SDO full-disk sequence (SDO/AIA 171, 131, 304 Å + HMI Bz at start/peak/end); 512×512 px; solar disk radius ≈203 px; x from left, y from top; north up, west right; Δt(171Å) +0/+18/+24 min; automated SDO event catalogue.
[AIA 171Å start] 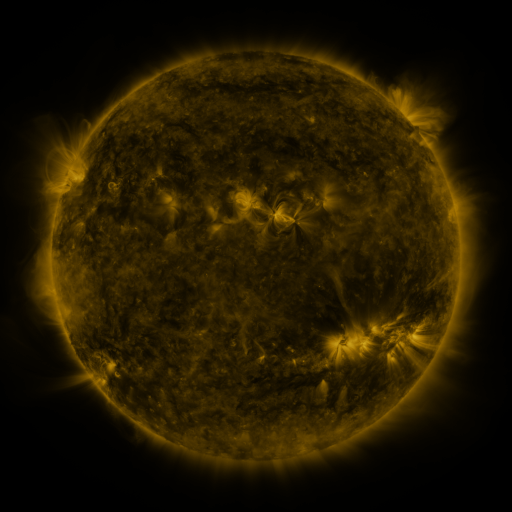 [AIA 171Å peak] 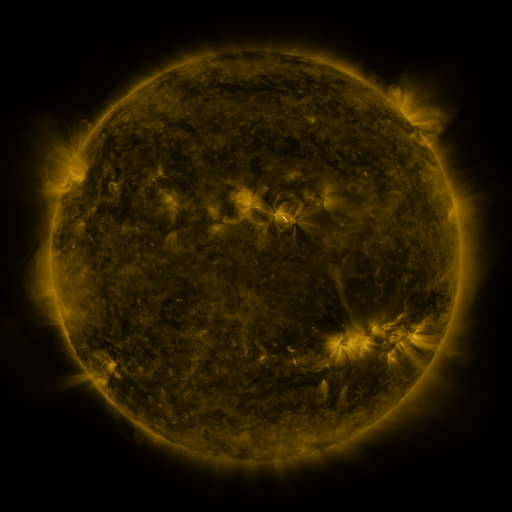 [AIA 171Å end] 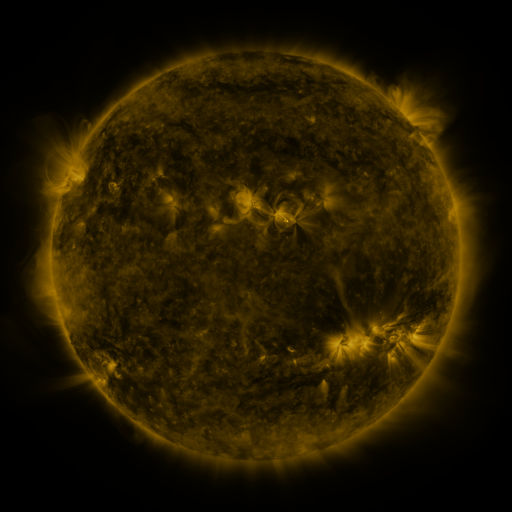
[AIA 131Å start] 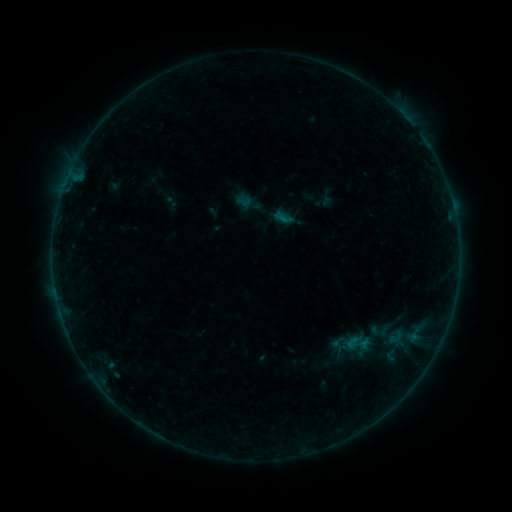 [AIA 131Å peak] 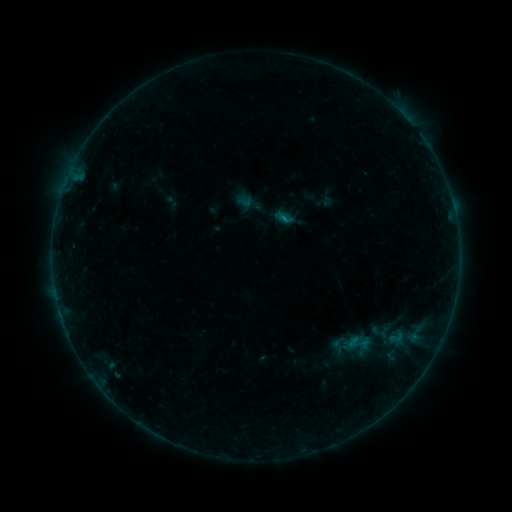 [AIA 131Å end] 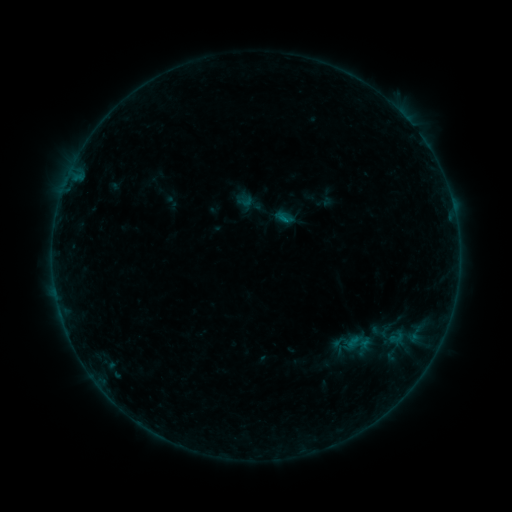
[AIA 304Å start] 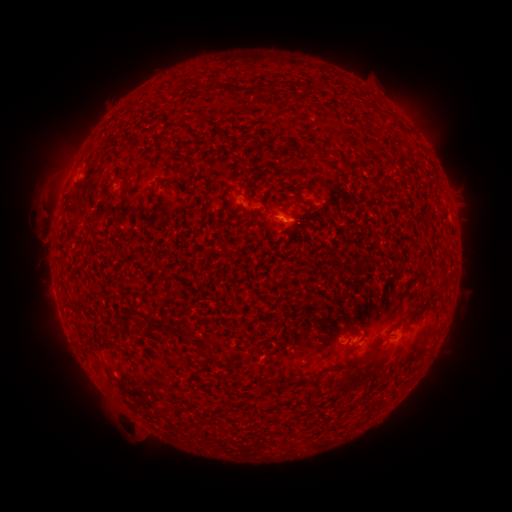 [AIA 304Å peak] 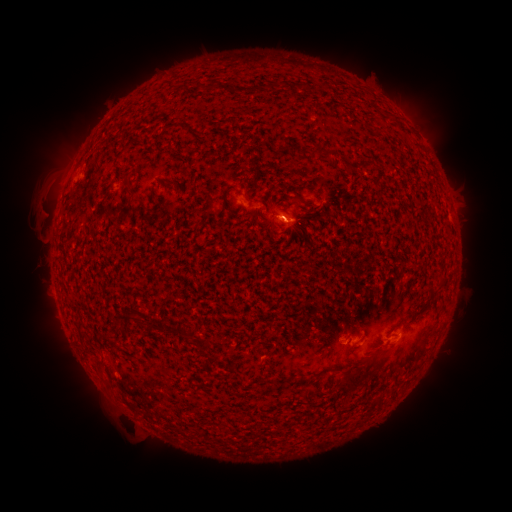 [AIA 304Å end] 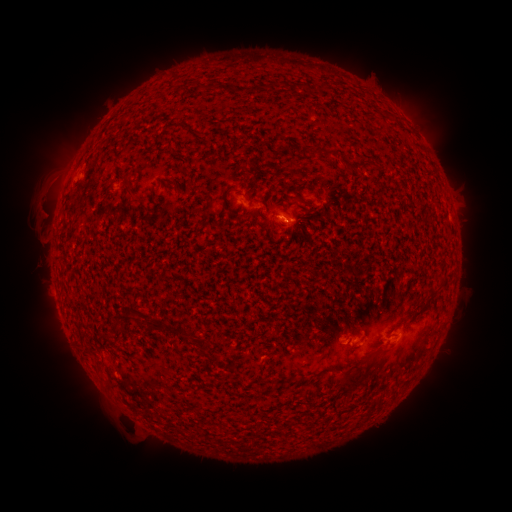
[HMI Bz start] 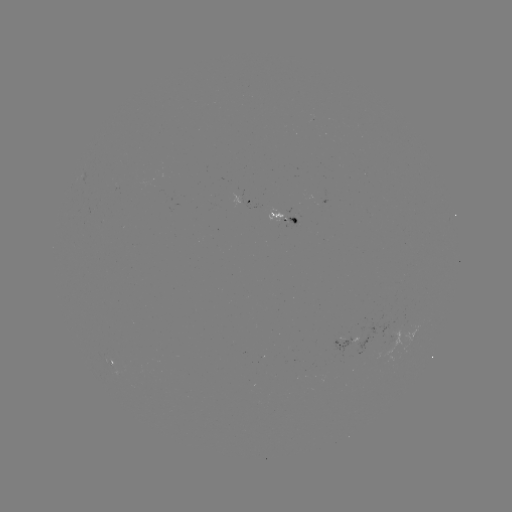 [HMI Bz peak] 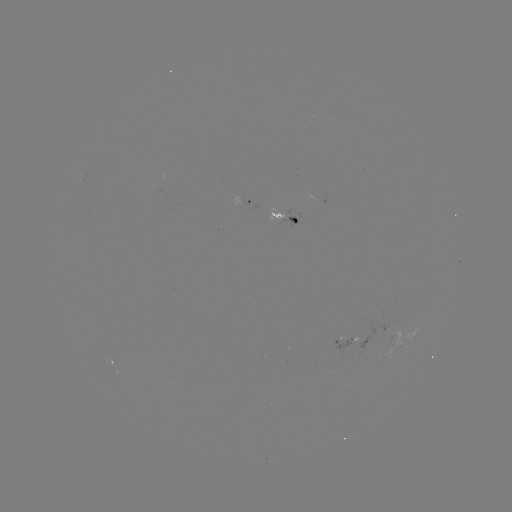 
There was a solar flare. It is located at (283, 223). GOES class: B2.6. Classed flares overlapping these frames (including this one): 1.